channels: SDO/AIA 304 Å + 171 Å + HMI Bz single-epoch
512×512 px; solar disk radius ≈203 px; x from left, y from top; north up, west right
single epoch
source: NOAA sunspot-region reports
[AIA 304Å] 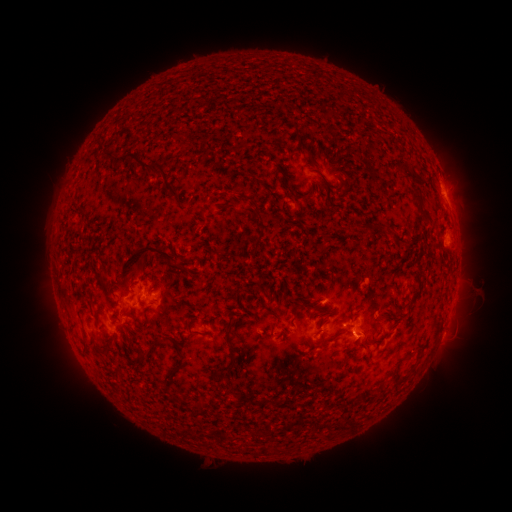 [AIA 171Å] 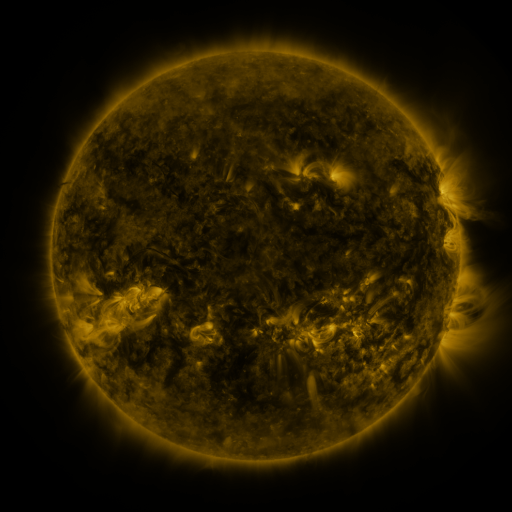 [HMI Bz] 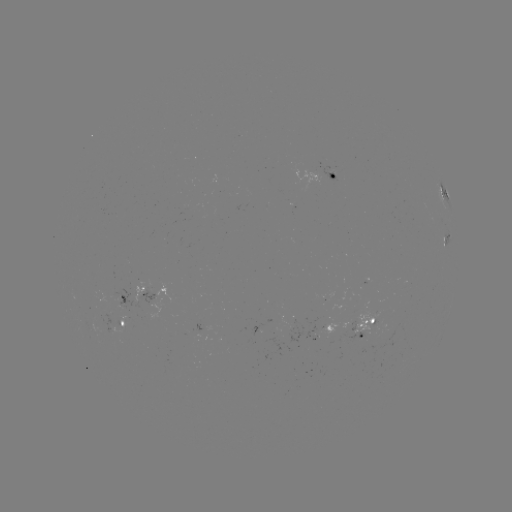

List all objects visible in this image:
spotted active region: (334, 177)
spotted active region: (445, 197)
spotted active region: (447, 239)
spotted active region: (140, 295)
spotted active region: (123, 322)
spotted active region: (365, 329)
spotted active region: (330, 330)
